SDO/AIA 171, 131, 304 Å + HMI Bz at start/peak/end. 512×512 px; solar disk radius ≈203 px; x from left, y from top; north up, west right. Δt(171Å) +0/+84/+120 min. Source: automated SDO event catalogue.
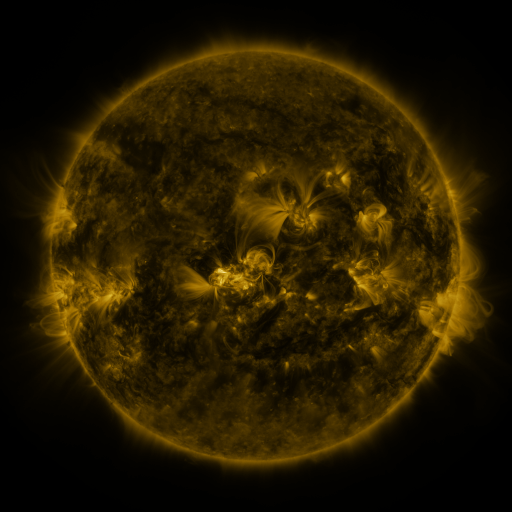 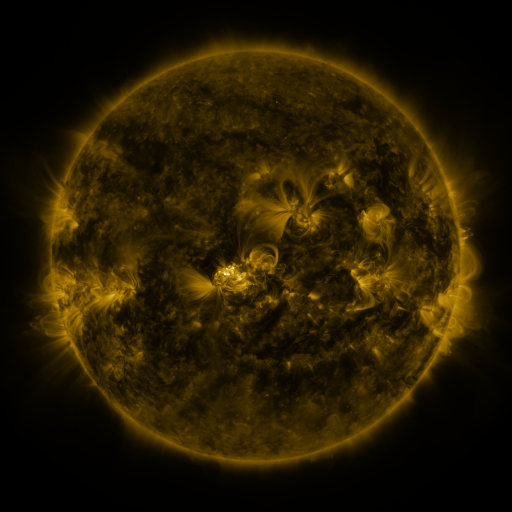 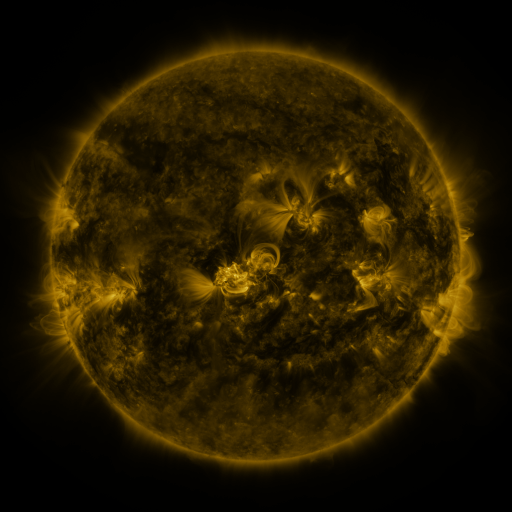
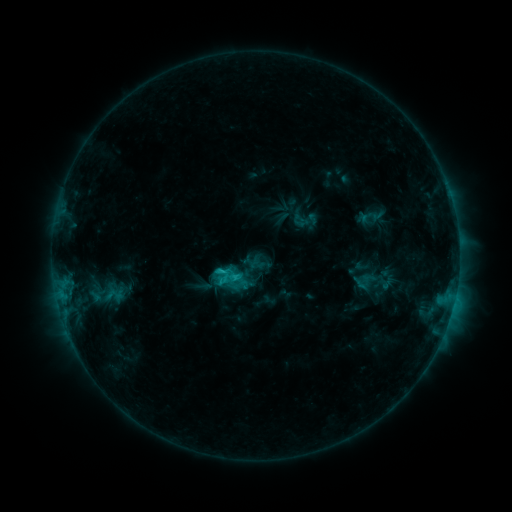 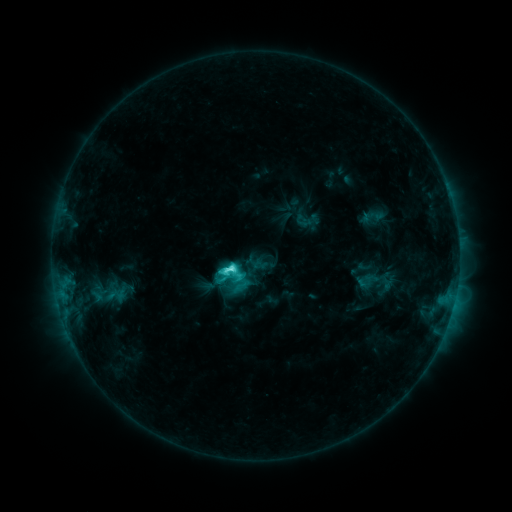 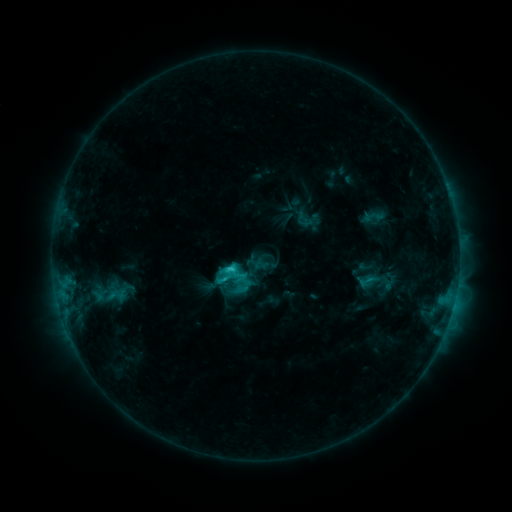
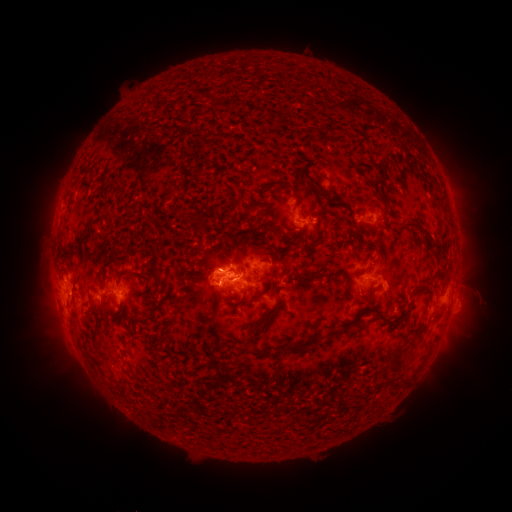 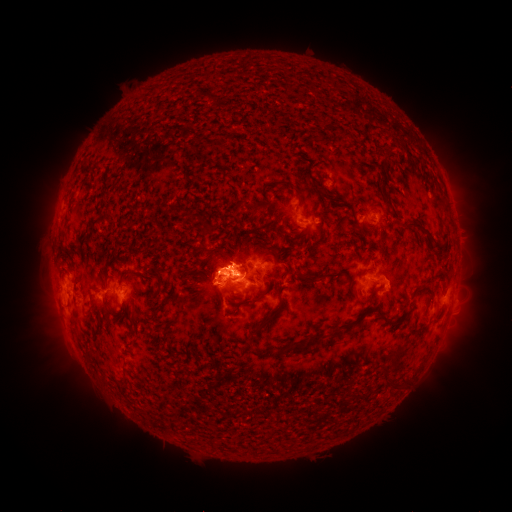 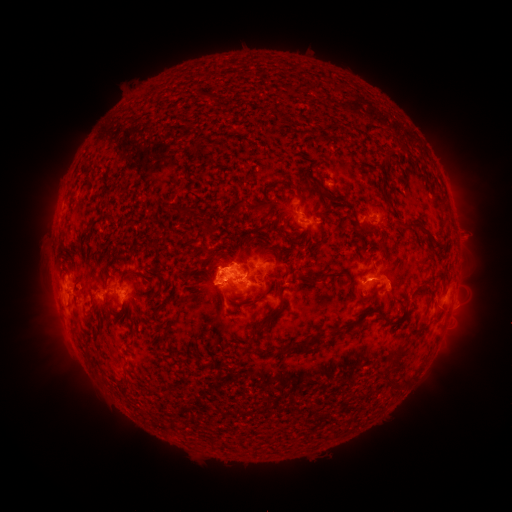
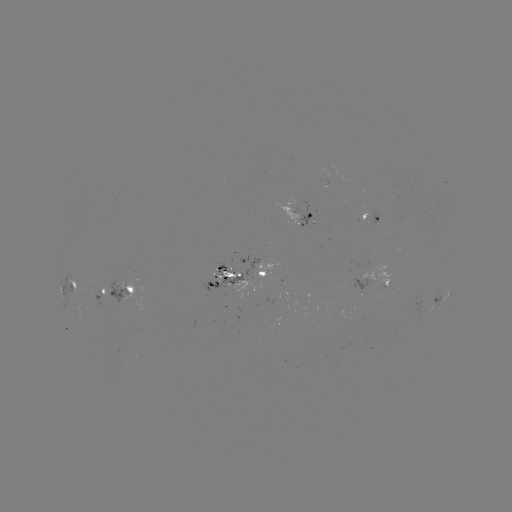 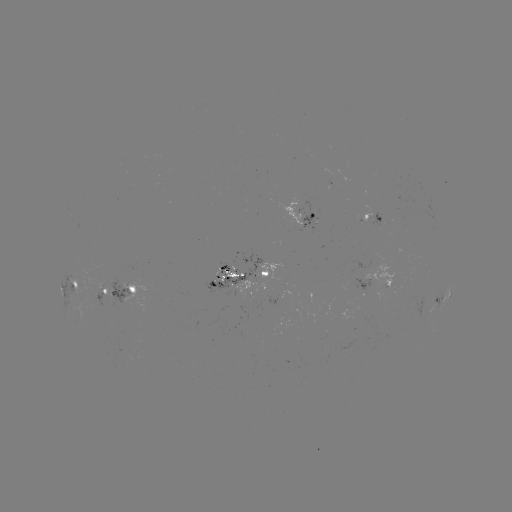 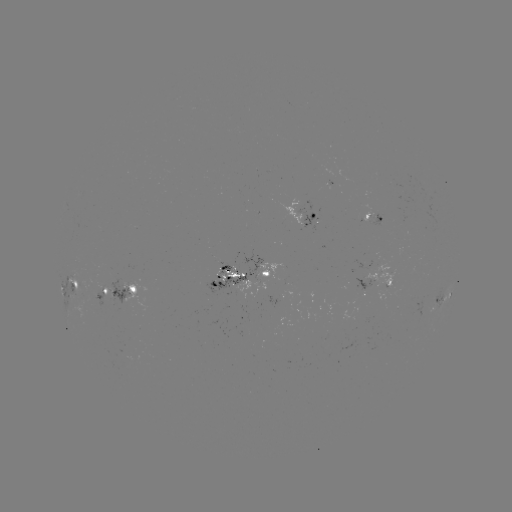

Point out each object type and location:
emerging-flux region: (337, 178)
